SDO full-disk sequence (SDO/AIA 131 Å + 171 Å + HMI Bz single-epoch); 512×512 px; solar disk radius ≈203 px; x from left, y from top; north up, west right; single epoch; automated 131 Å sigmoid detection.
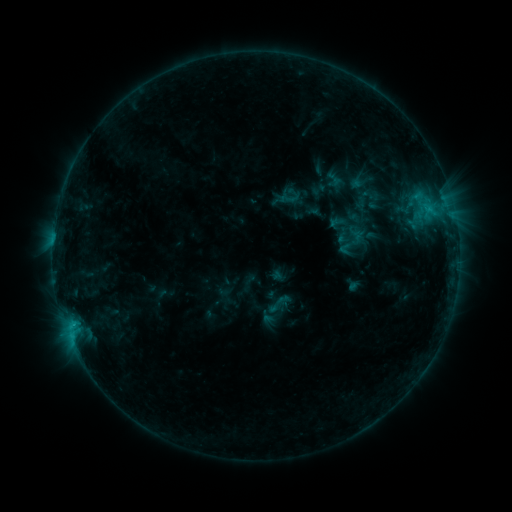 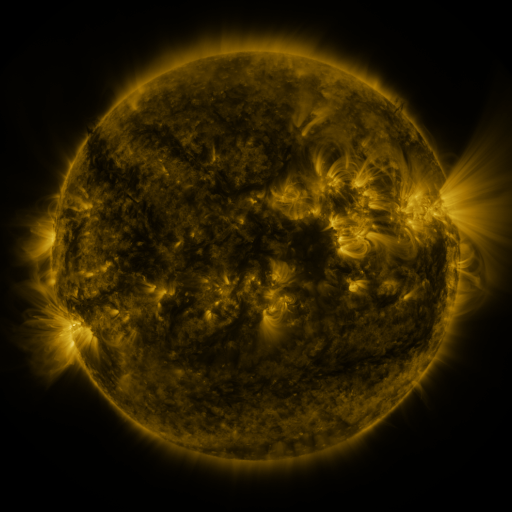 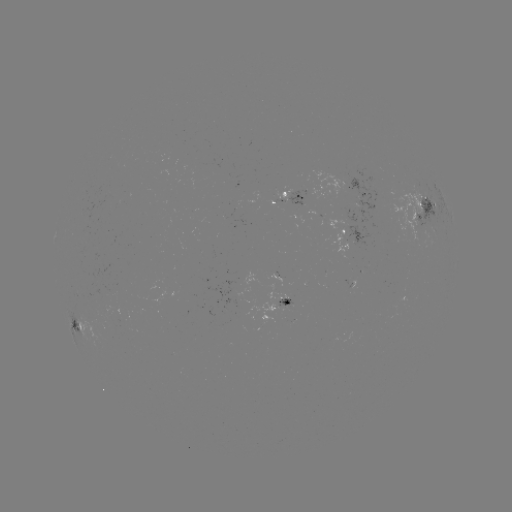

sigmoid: [277, 188, 300, 208]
